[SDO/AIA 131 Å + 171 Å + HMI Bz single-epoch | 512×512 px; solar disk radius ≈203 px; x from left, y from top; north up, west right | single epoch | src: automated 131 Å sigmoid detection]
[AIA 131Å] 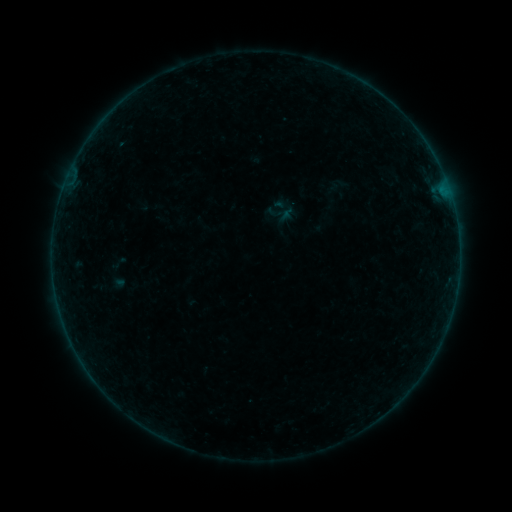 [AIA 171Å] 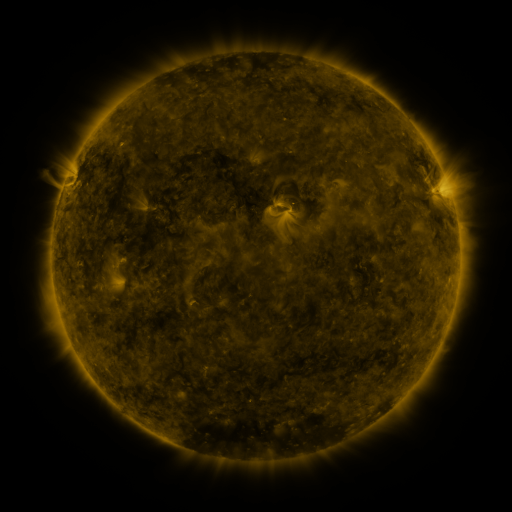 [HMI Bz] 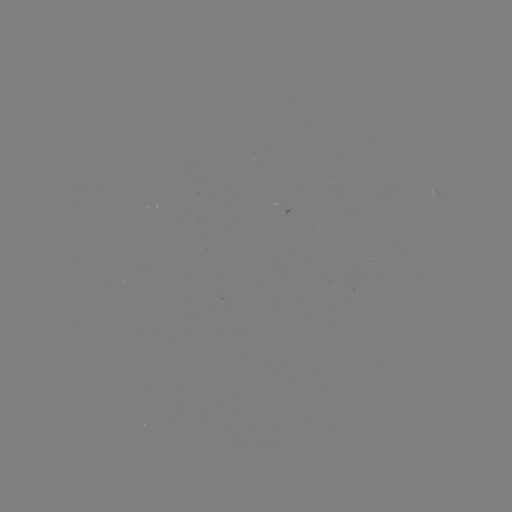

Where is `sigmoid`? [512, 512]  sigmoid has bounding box [273, 196, 295, 218].